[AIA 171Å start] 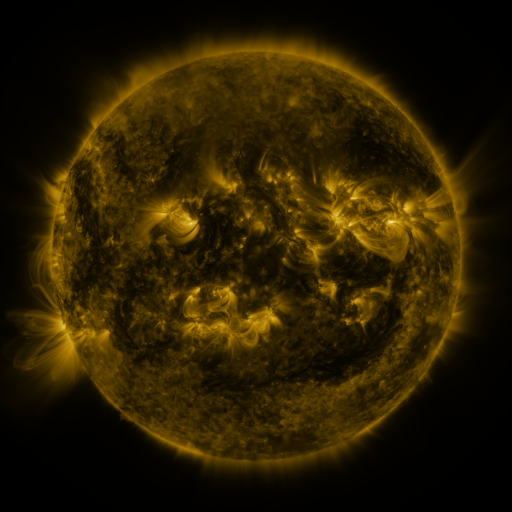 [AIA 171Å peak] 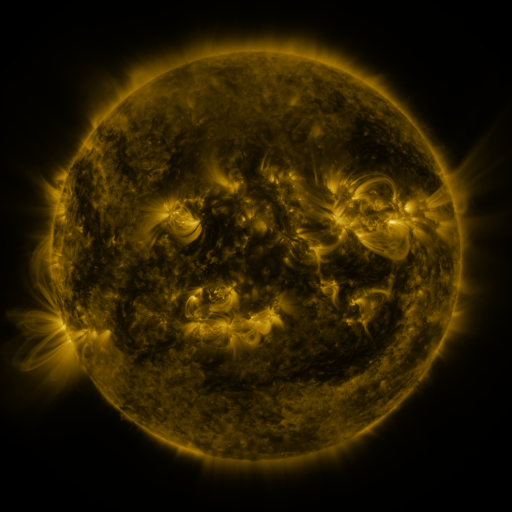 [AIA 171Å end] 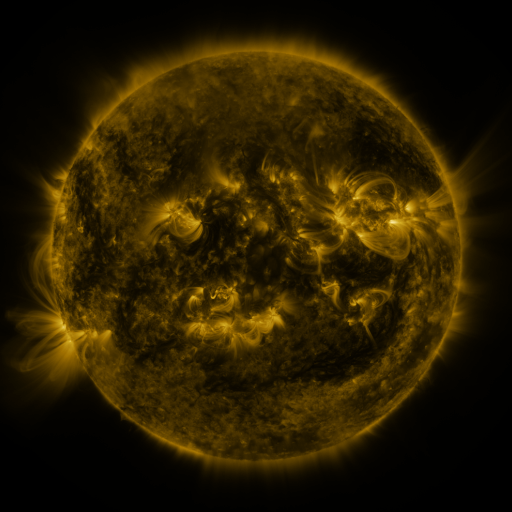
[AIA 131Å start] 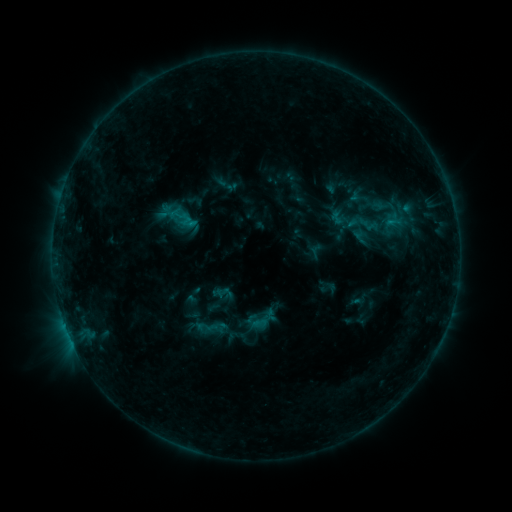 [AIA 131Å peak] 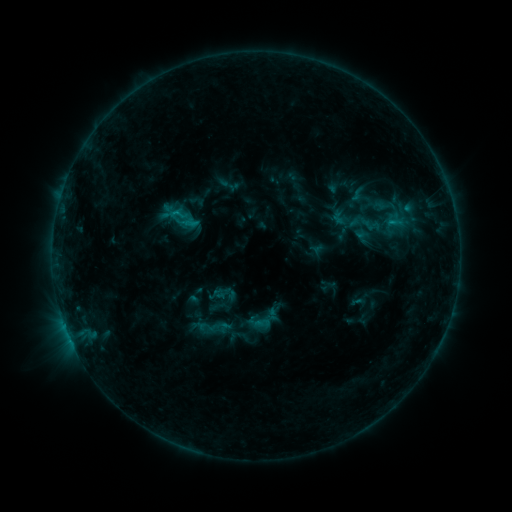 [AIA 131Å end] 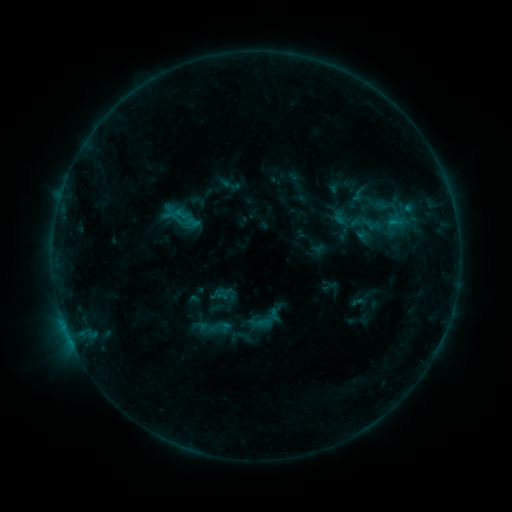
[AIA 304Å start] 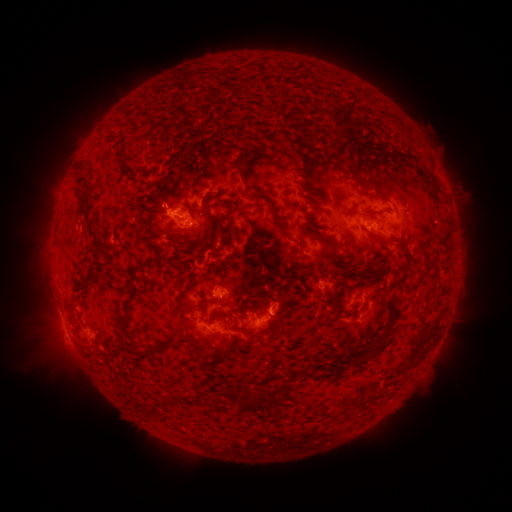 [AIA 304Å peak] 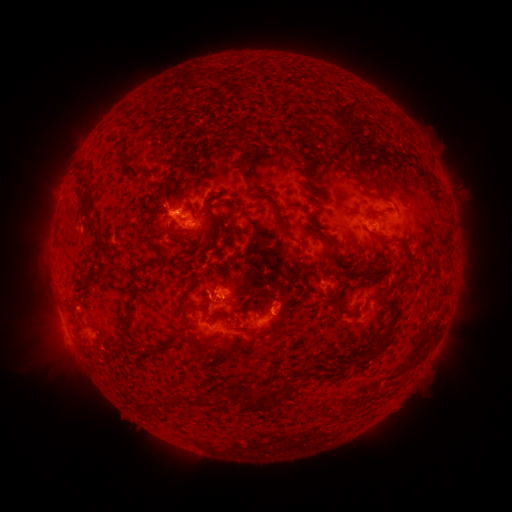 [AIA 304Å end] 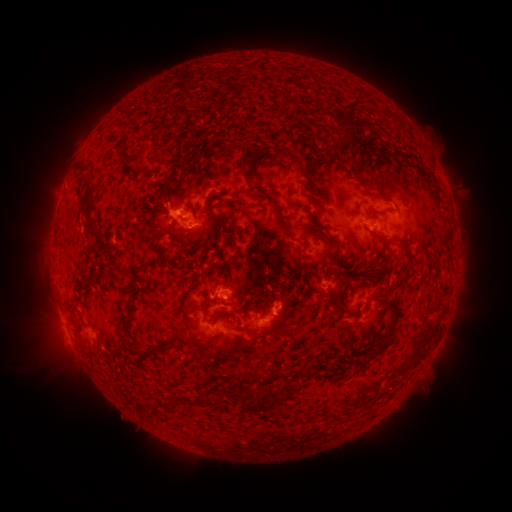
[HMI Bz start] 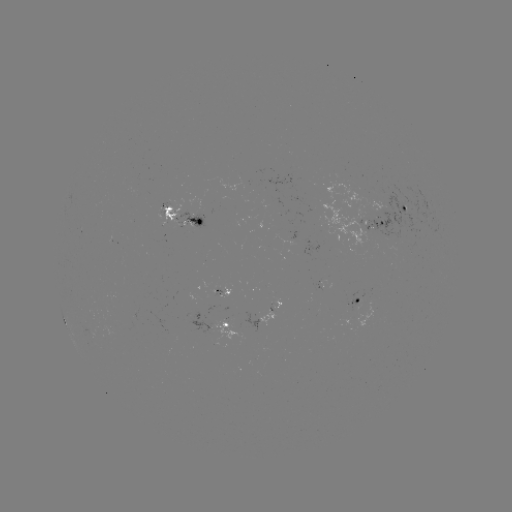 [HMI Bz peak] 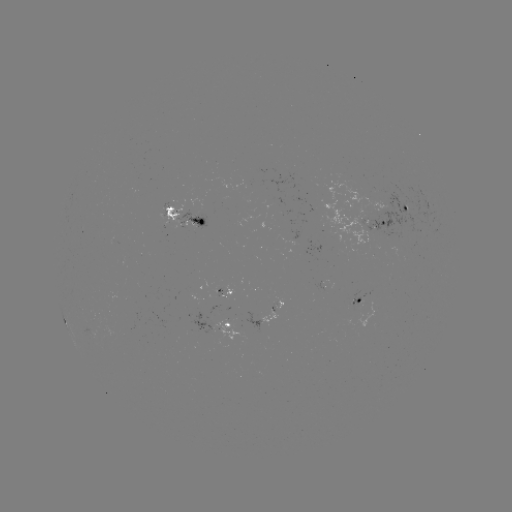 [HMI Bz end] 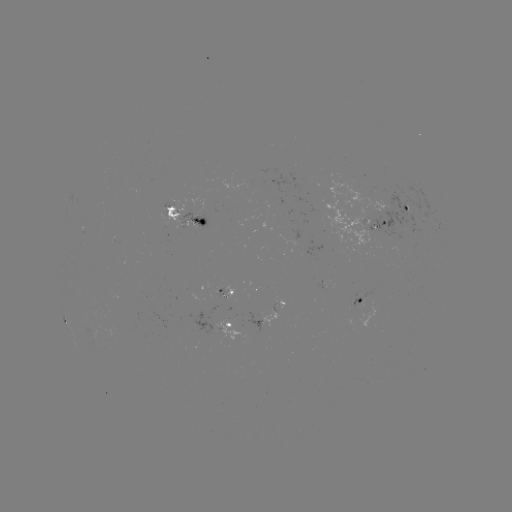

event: emerging-flux region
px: (386, 220)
